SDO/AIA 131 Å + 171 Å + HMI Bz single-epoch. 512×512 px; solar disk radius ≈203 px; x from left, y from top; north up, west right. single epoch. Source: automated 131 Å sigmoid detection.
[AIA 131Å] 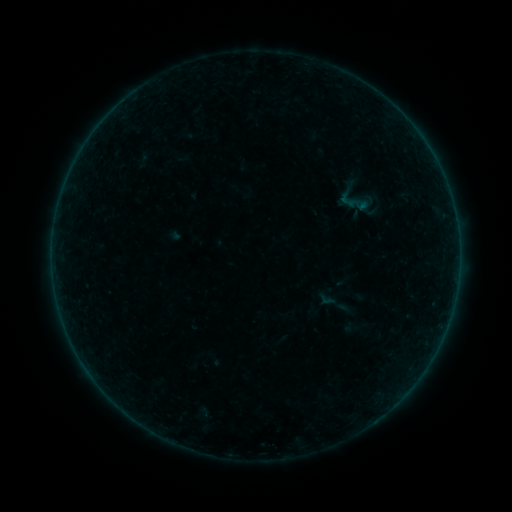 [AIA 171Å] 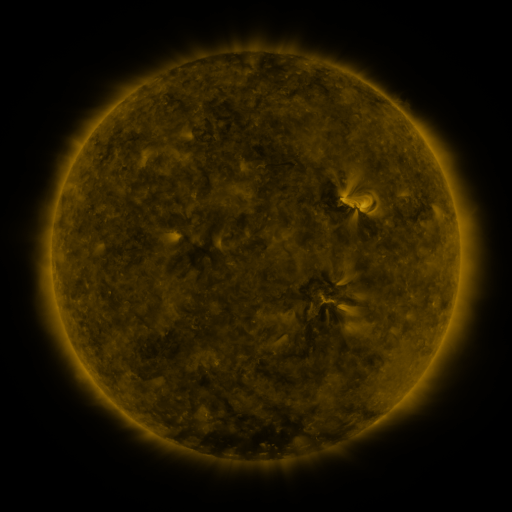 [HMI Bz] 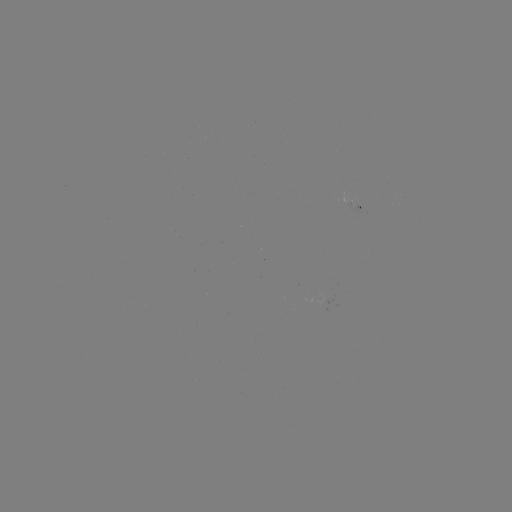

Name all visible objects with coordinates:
sigmoid: (354, 201)
